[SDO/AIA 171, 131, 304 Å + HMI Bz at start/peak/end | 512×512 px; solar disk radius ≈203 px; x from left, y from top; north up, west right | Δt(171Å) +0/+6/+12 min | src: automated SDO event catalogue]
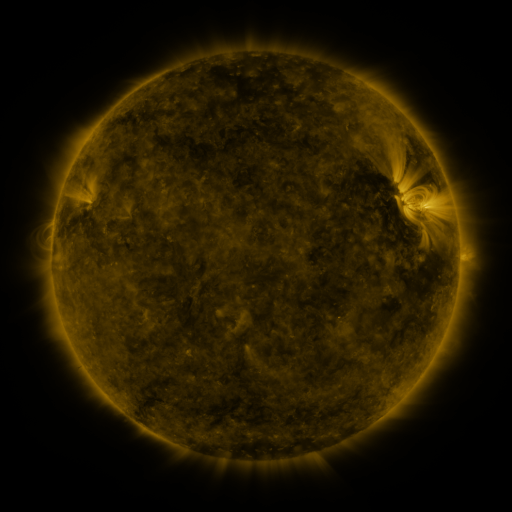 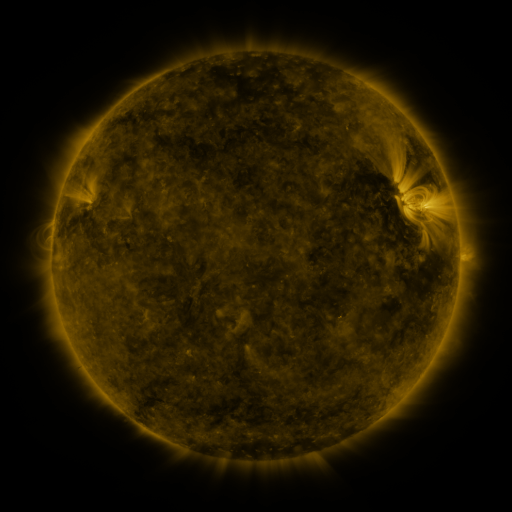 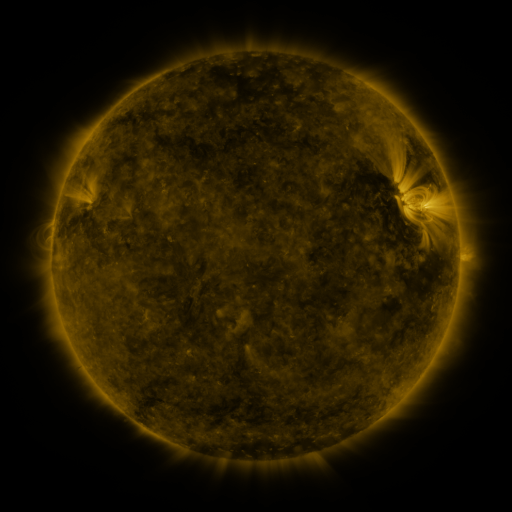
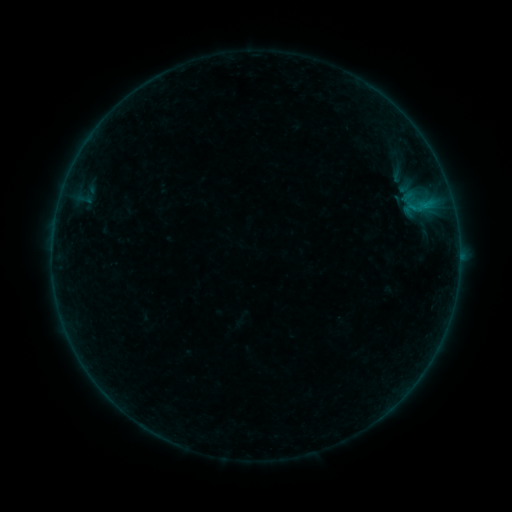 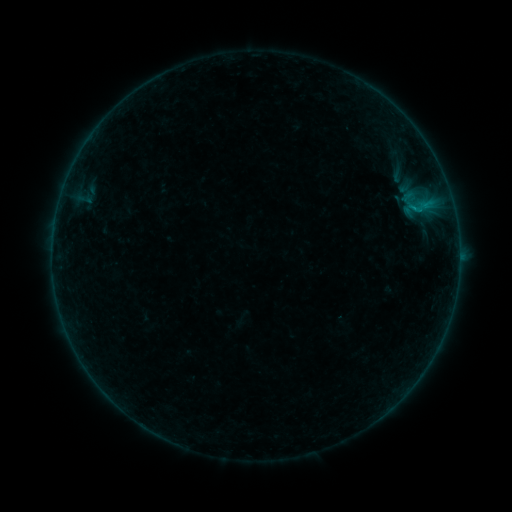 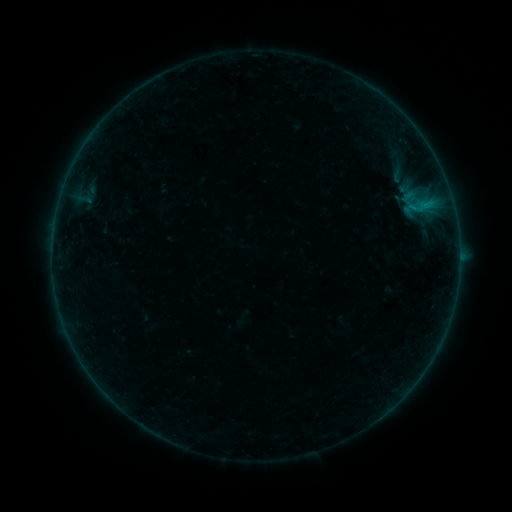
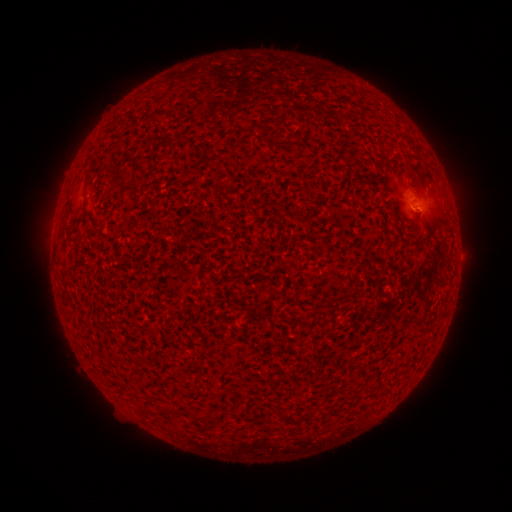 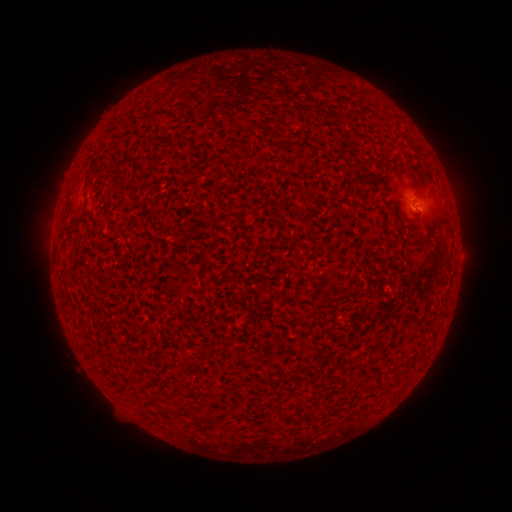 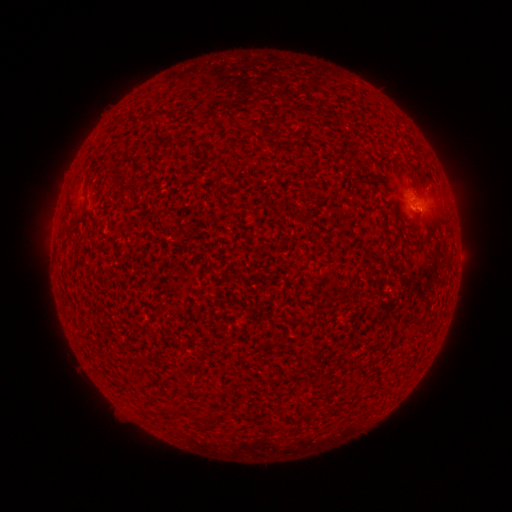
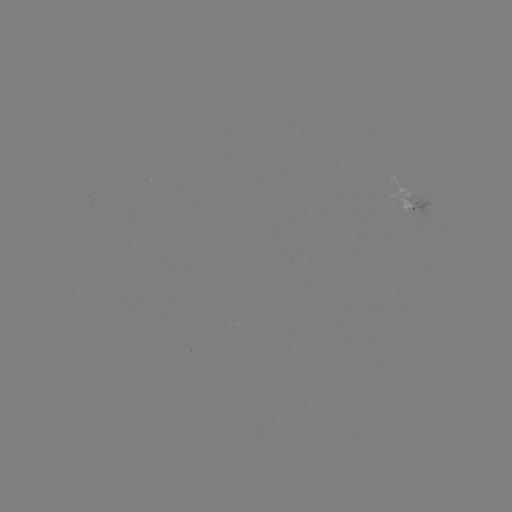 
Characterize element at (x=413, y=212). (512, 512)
B1.6 flare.